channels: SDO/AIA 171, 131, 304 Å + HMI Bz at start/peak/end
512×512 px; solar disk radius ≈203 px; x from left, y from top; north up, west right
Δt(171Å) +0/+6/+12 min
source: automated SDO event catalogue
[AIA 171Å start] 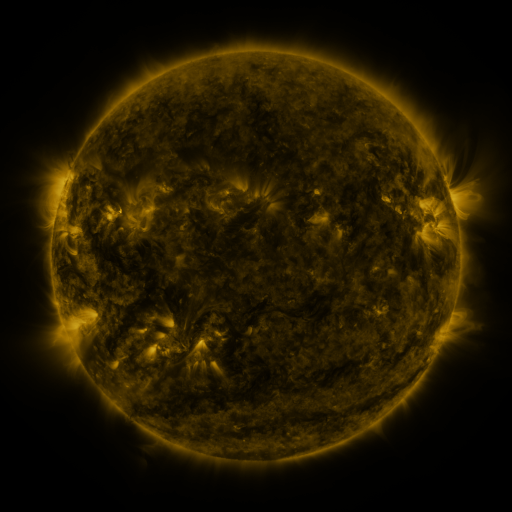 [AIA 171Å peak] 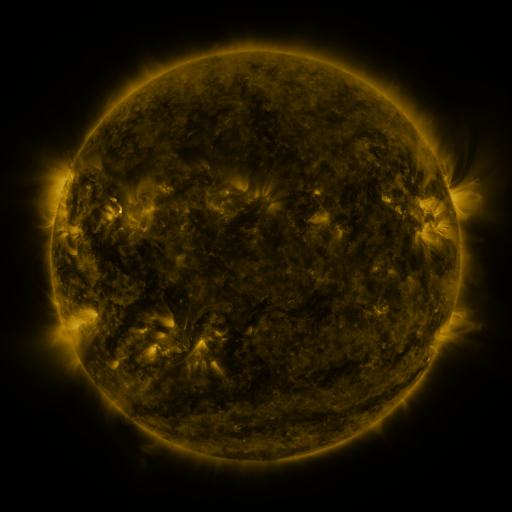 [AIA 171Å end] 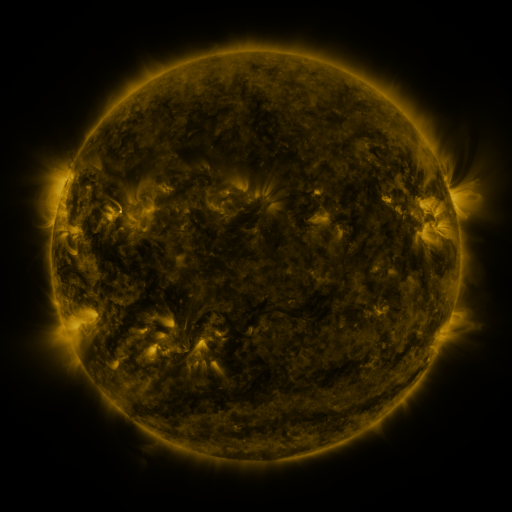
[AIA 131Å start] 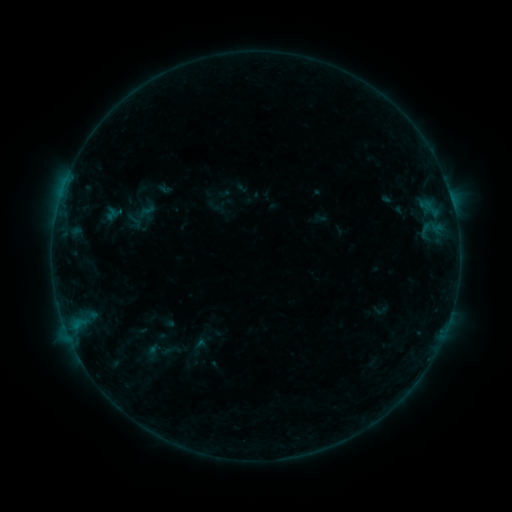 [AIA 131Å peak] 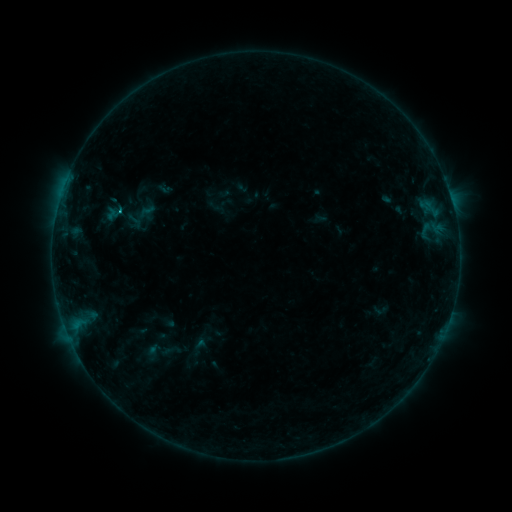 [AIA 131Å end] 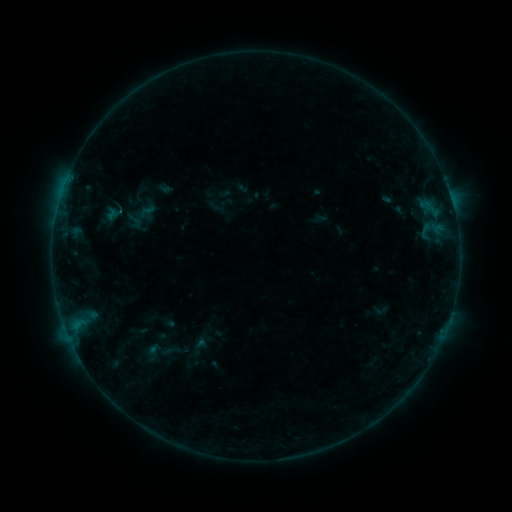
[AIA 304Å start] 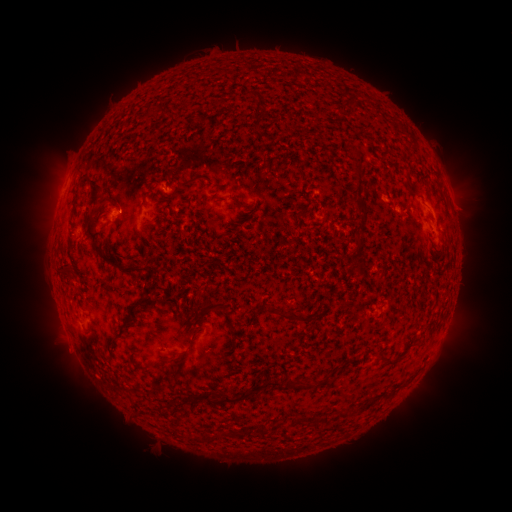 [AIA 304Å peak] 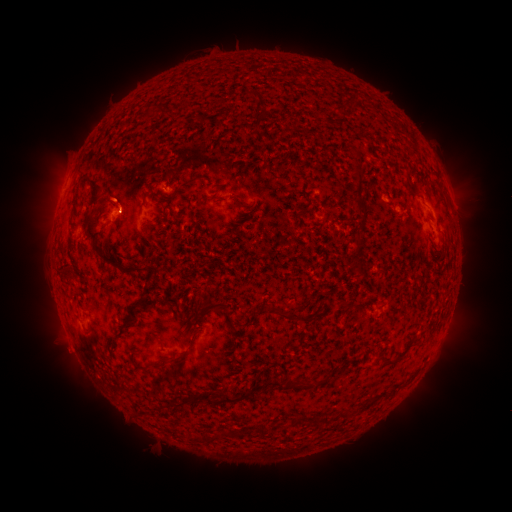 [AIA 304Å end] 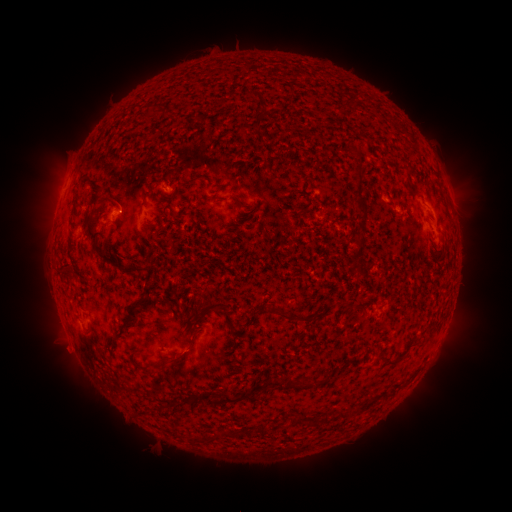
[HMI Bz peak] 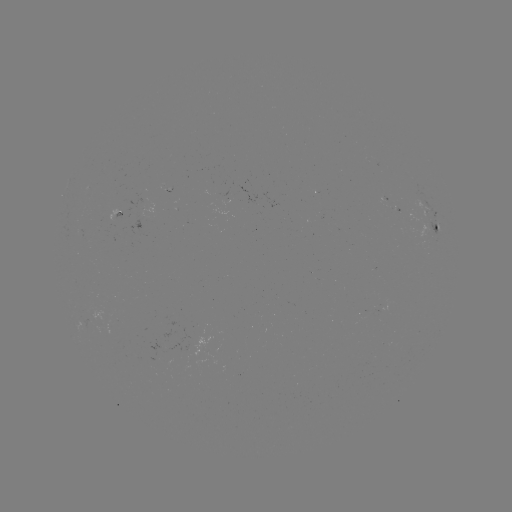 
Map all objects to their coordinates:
B9.5 flare: (120, 213)
